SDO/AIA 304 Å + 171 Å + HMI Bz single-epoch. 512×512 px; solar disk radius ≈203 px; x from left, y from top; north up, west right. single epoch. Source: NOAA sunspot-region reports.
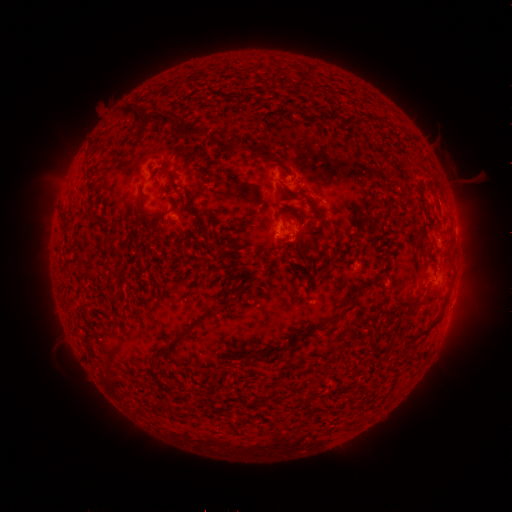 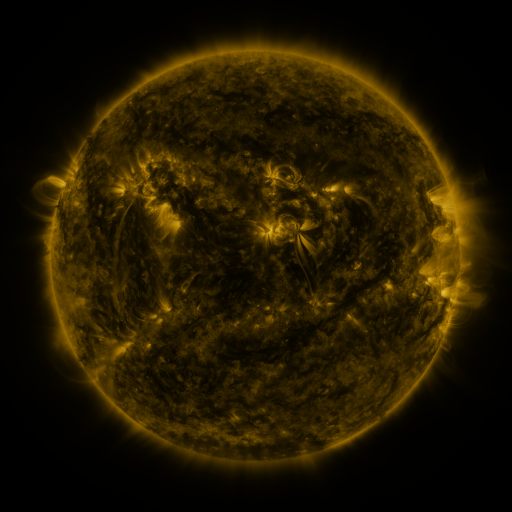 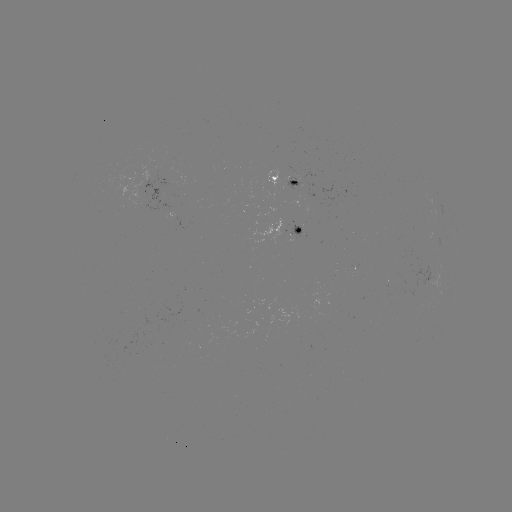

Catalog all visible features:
spotted active region: (286, 182)
spotted active region: (284, 230)
